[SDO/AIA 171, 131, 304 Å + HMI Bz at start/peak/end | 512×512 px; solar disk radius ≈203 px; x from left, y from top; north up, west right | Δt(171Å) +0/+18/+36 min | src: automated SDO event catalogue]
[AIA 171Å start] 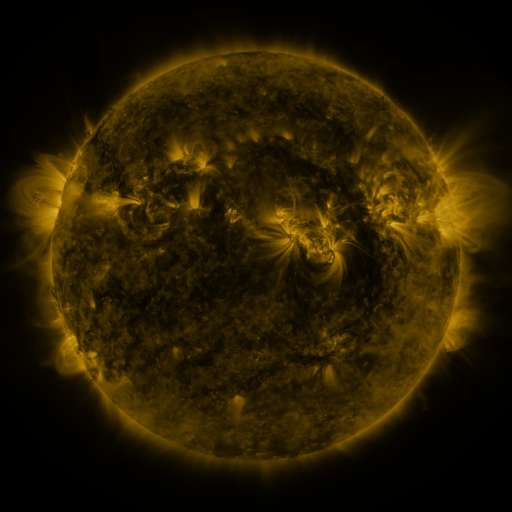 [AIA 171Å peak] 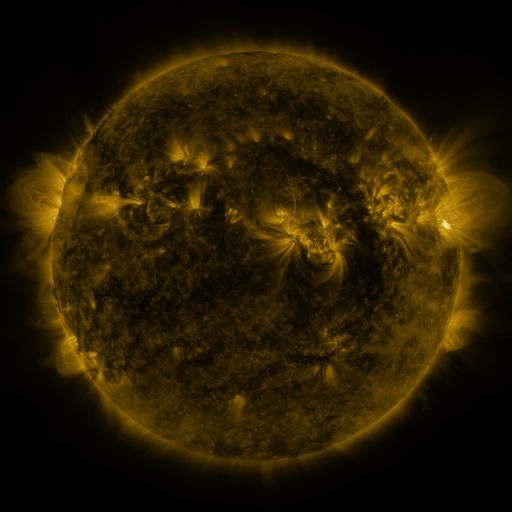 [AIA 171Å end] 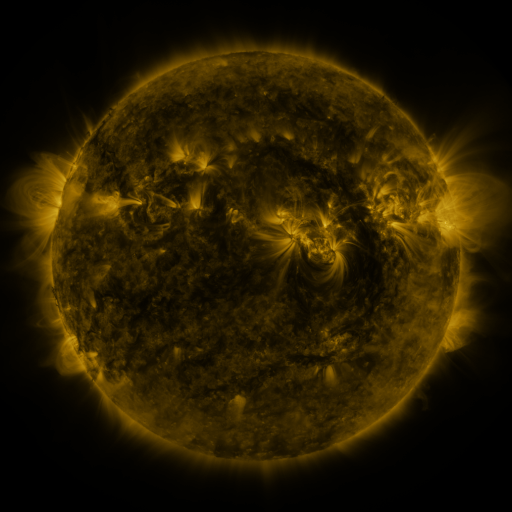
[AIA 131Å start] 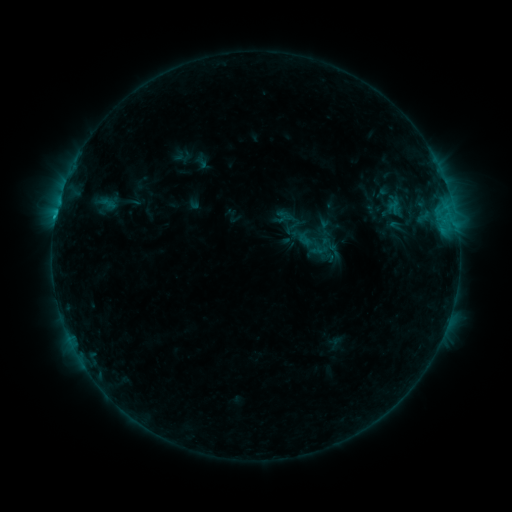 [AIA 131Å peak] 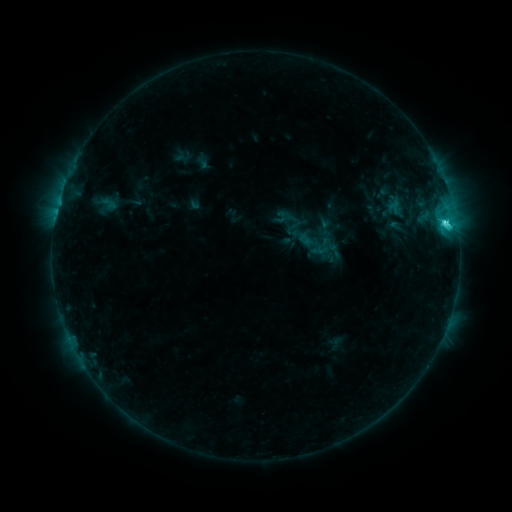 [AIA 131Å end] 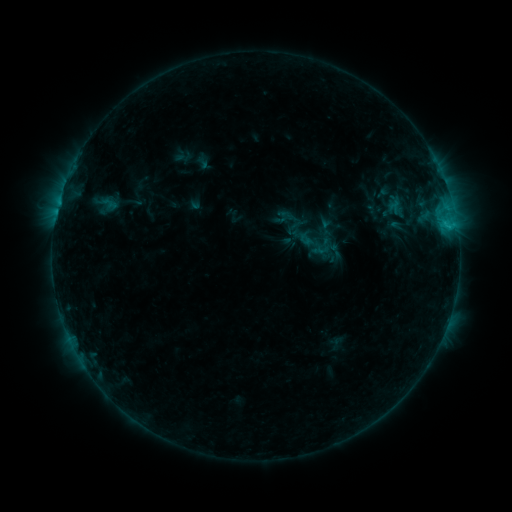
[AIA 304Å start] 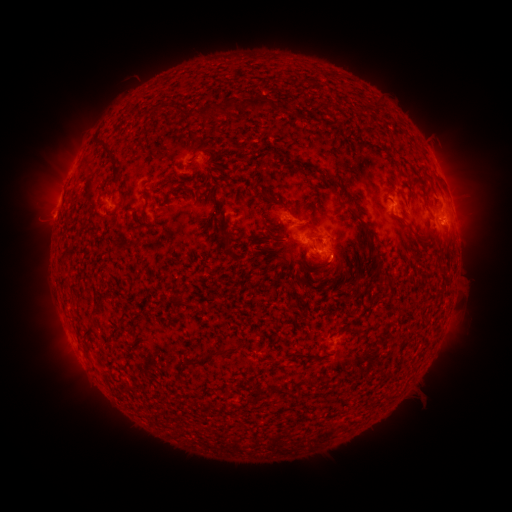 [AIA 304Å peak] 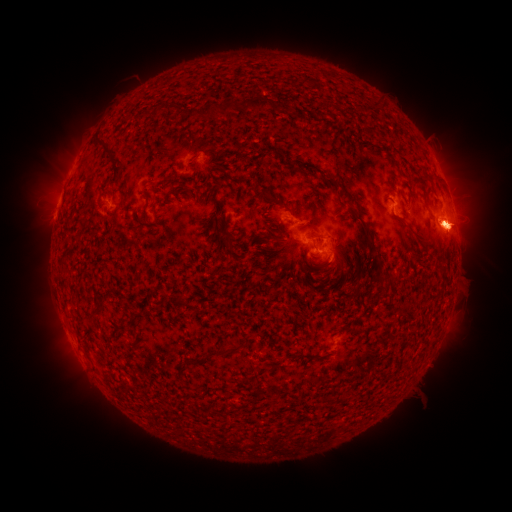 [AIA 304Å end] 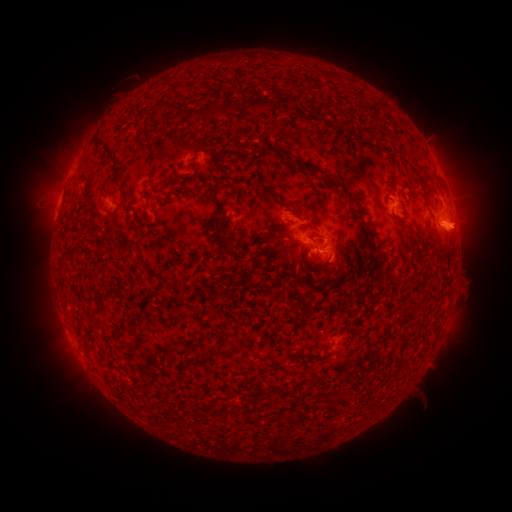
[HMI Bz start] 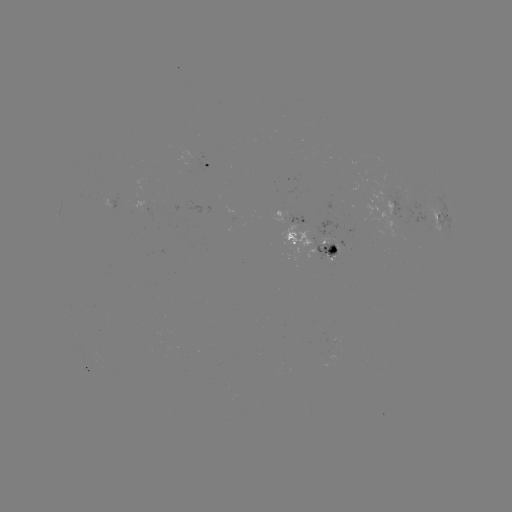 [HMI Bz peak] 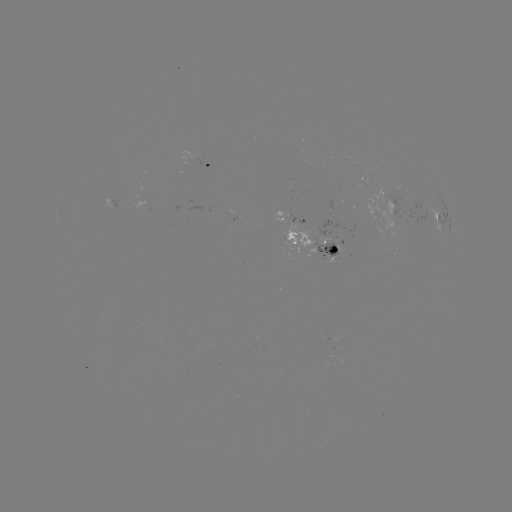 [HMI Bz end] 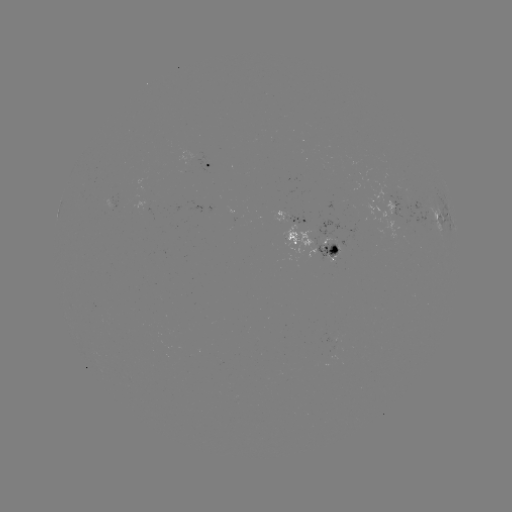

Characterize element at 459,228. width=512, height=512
eruption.